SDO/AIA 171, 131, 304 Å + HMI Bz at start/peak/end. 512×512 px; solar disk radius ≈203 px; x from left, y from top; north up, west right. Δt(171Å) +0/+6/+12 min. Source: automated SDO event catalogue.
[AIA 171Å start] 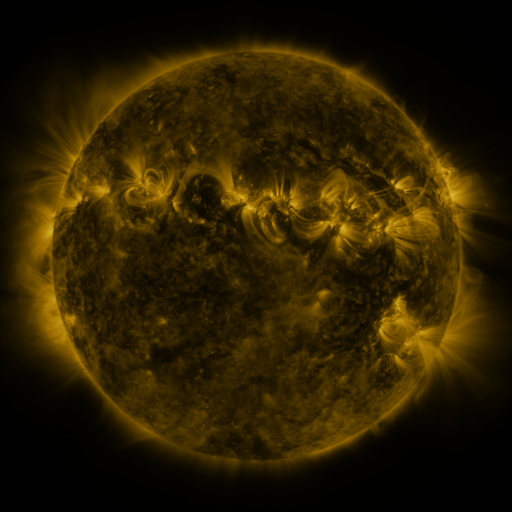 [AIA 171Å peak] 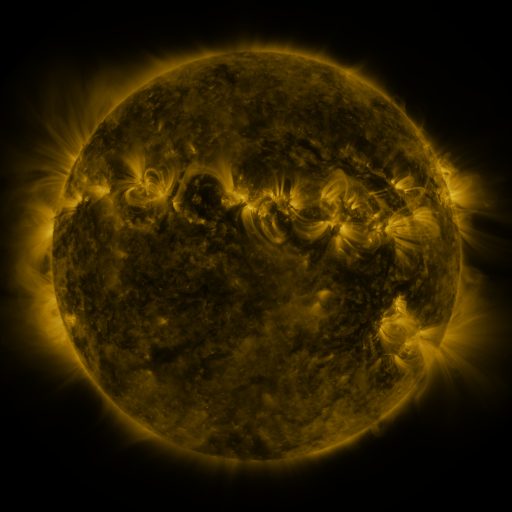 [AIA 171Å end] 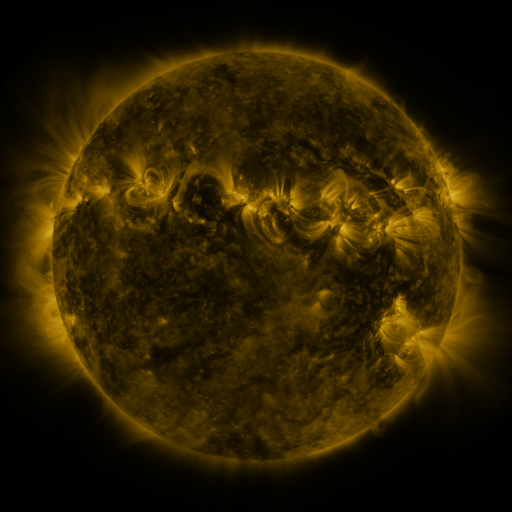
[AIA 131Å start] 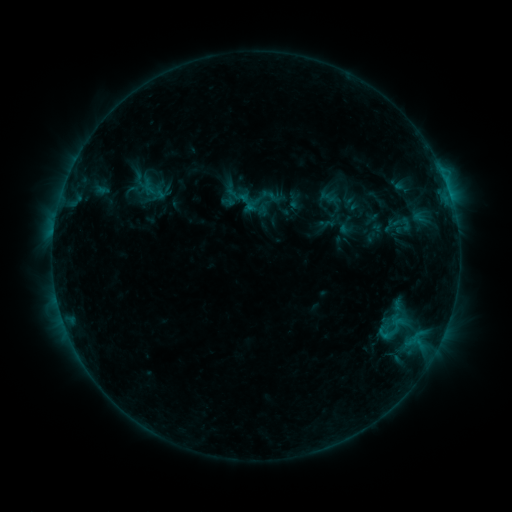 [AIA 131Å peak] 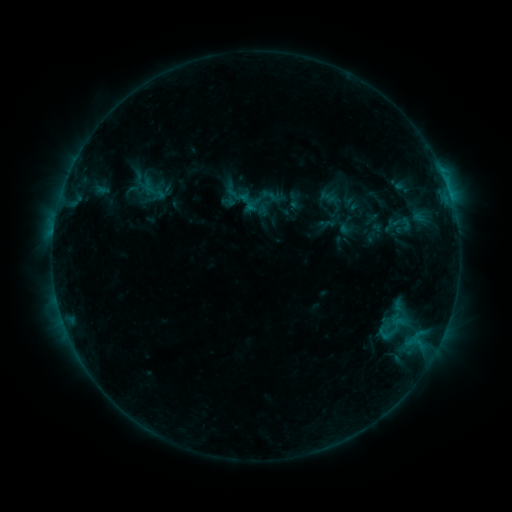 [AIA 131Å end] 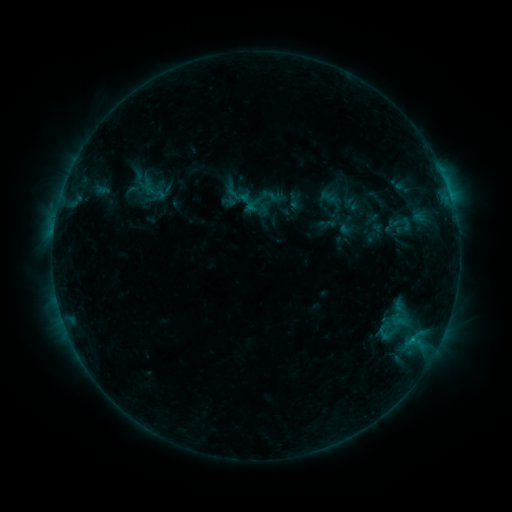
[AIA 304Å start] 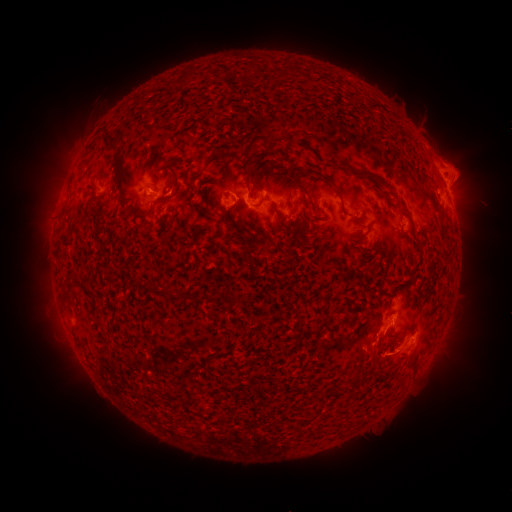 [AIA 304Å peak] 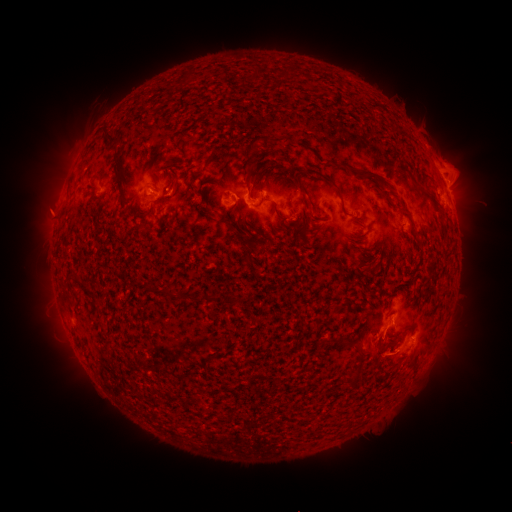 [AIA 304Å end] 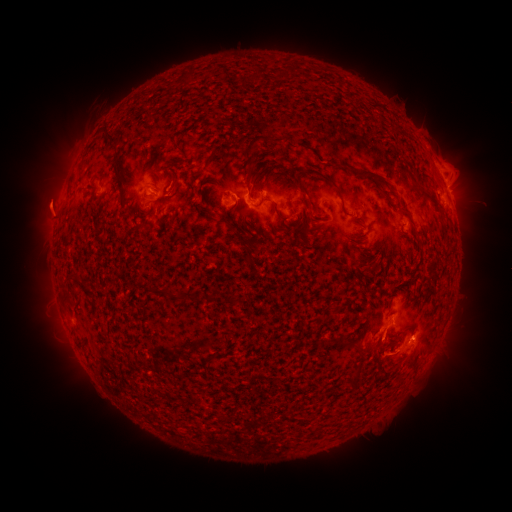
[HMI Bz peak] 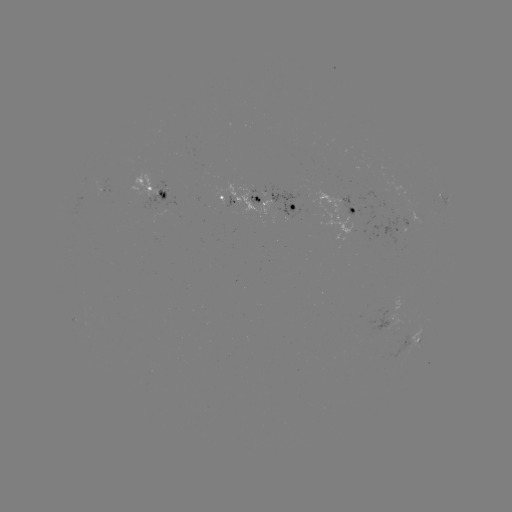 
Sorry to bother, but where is C1.1 flare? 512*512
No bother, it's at (411, 338).